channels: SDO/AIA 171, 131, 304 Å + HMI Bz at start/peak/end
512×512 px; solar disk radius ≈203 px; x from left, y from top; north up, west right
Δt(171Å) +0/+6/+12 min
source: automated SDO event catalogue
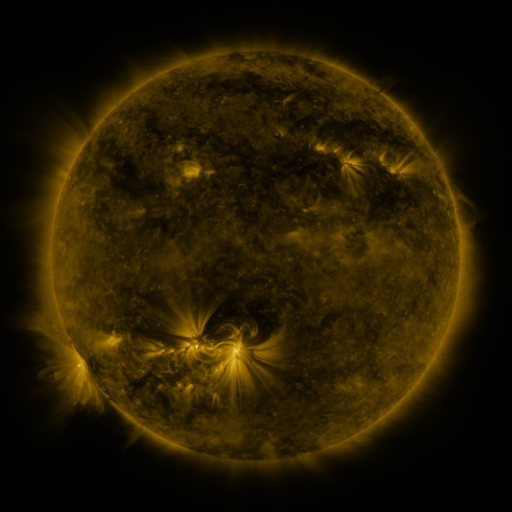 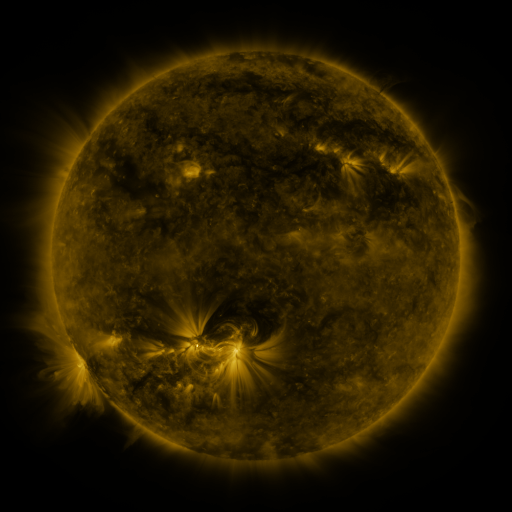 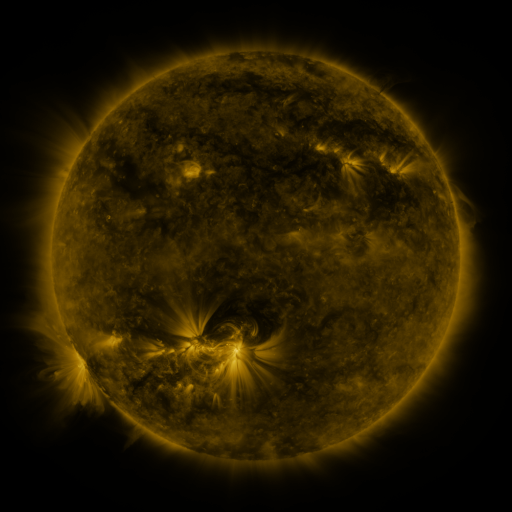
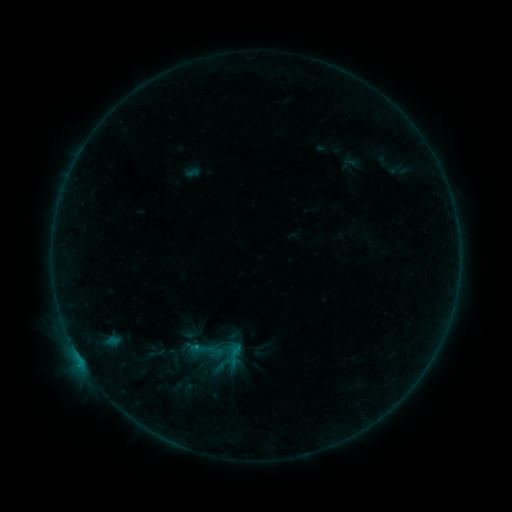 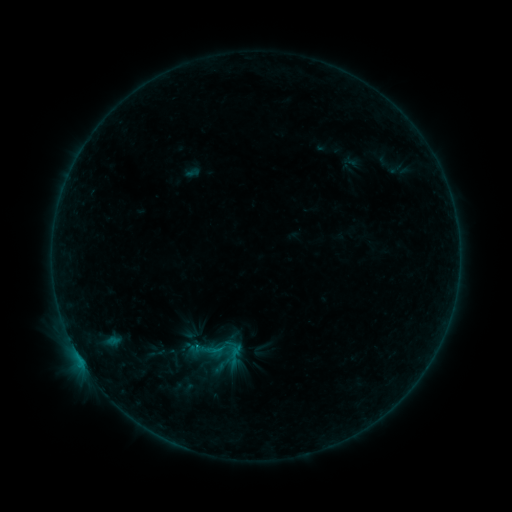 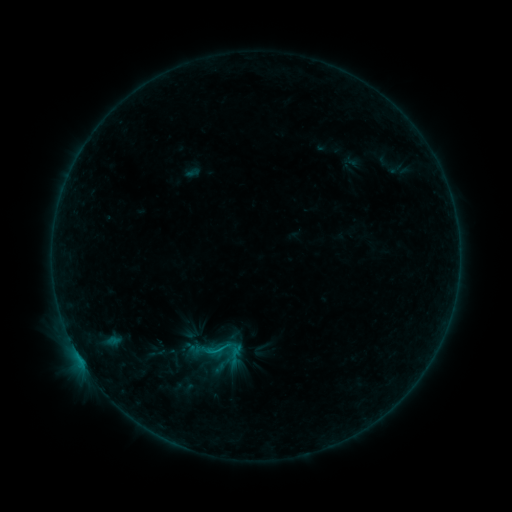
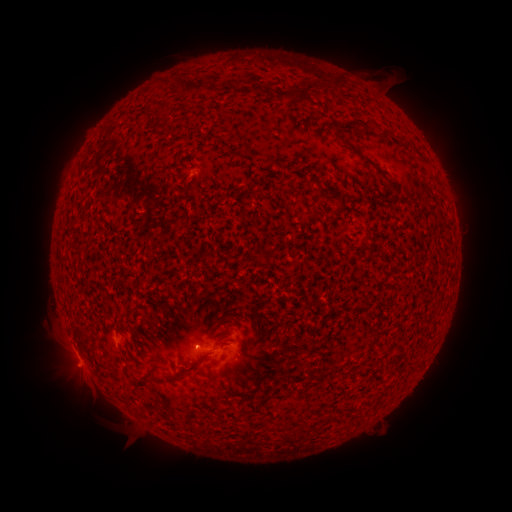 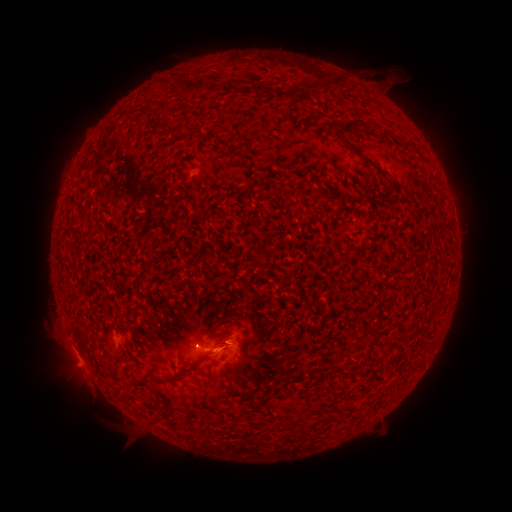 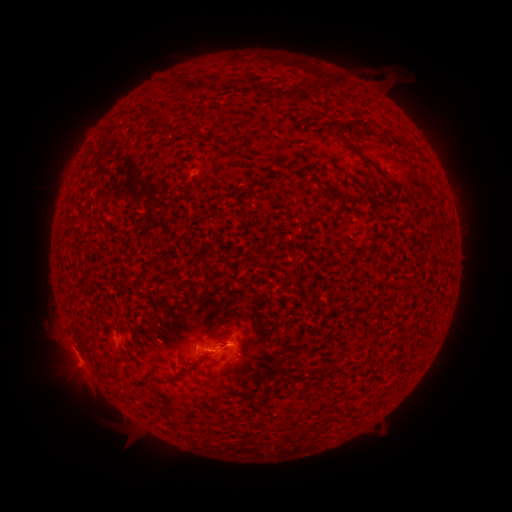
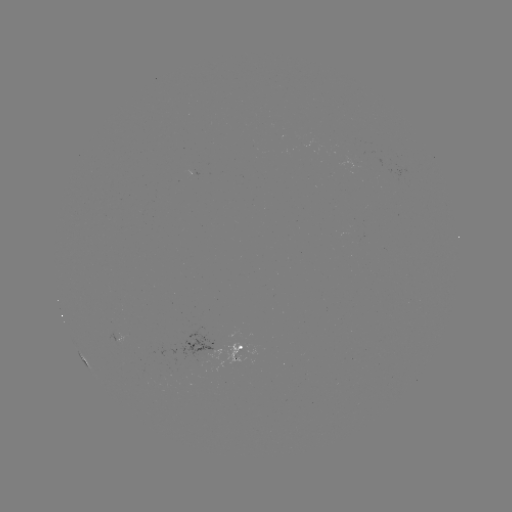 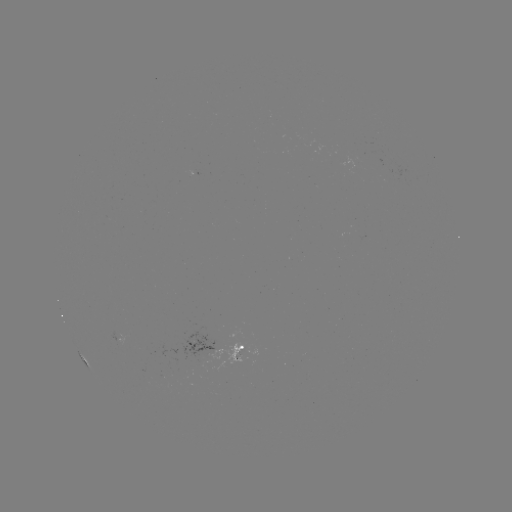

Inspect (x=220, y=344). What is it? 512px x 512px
eruption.